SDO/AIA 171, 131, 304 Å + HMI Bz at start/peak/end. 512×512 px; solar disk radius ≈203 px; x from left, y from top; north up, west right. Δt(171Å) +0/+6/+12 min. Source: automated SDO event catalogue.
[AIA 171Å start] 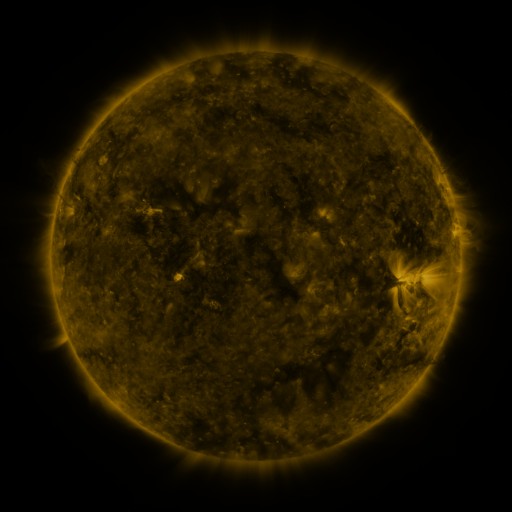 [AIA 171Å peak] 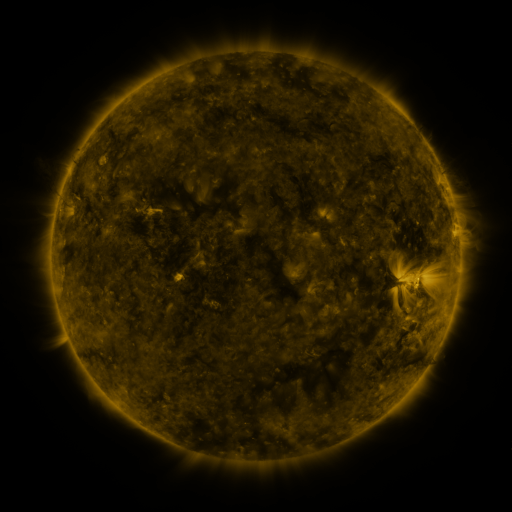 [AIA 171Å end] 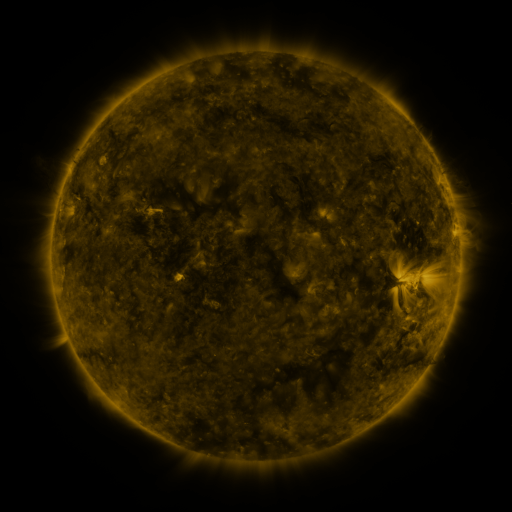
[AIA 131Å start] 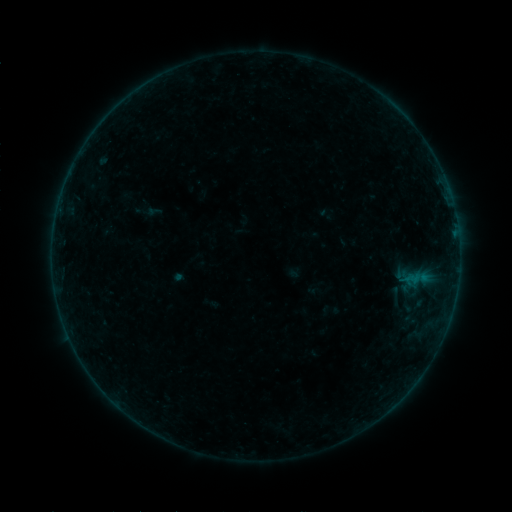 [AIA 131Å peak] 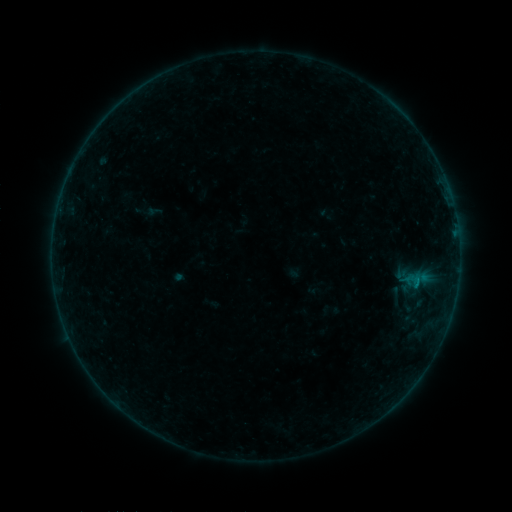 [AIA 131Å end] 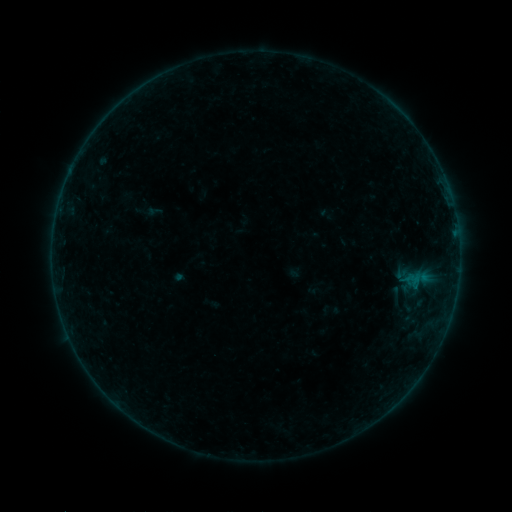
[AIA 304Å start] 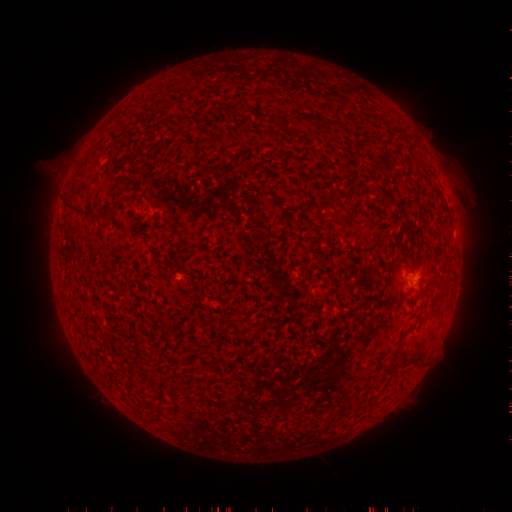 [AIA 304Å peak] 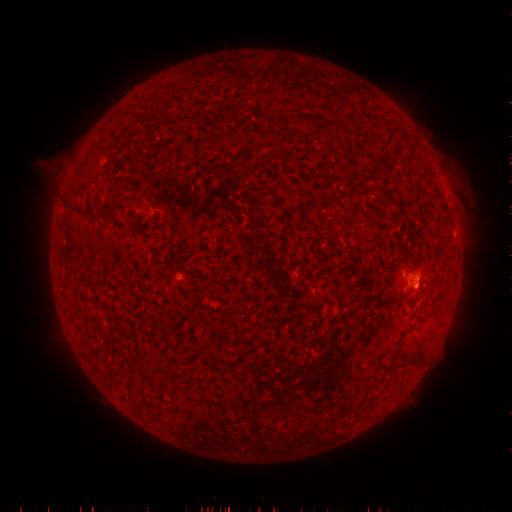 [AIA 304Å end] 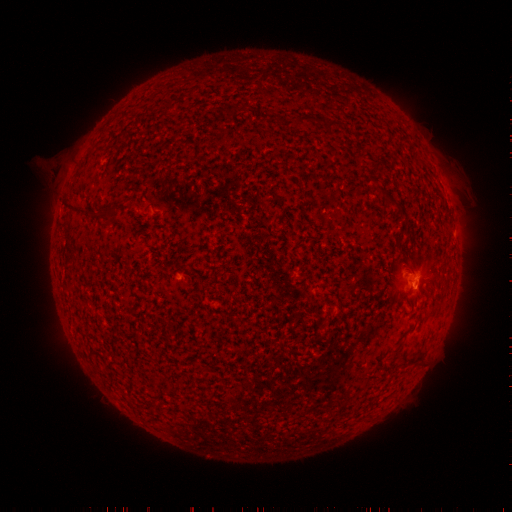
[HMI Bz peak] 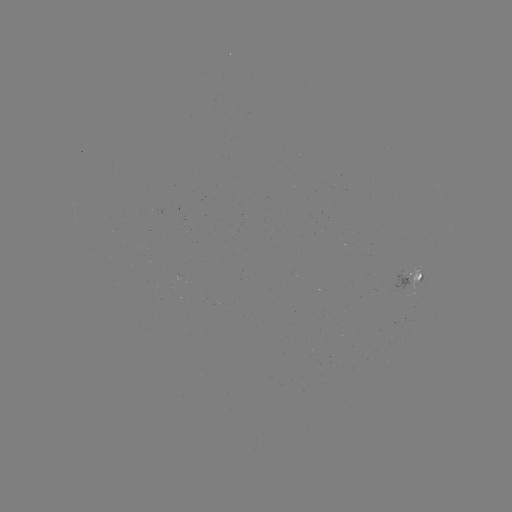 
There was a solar flare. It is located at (415, 280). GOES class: B1.7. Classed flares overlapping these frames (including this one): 1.